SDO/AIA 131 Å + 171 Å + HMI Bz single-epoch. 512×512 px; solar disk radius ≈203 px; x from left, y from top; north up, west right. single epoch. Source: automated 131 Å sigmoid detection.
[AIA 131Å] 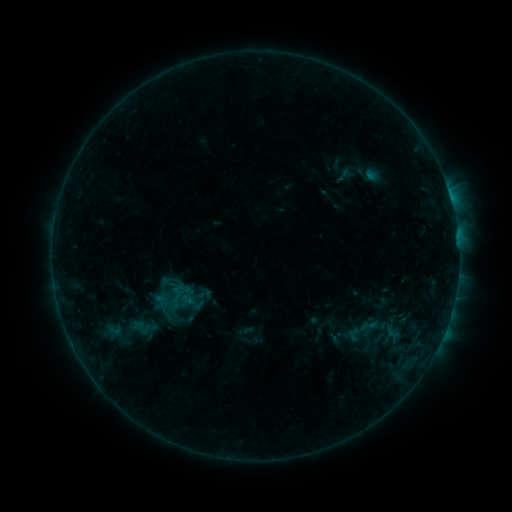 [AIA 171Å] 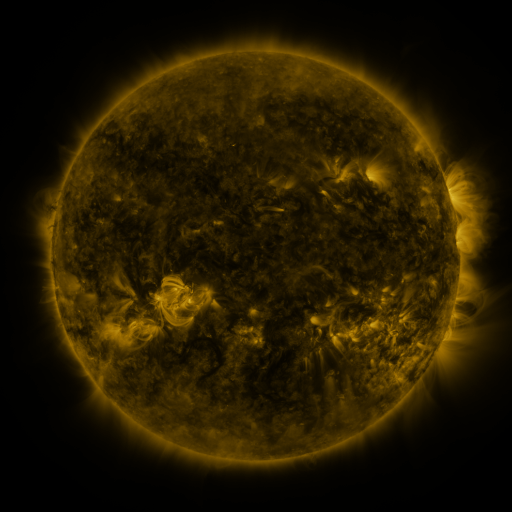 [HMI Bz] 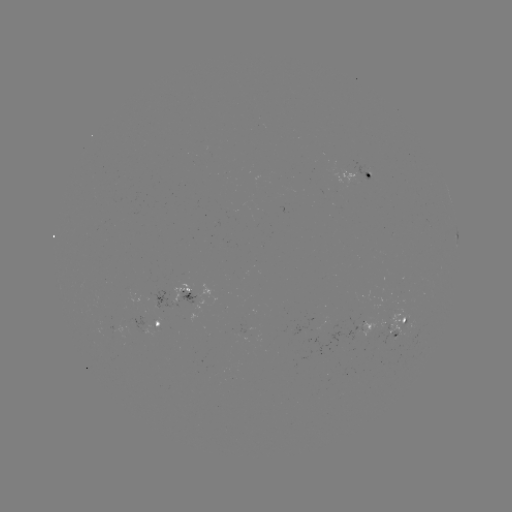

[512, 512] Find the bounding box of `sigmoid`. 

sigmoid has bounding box [358, 316, 378, 335].